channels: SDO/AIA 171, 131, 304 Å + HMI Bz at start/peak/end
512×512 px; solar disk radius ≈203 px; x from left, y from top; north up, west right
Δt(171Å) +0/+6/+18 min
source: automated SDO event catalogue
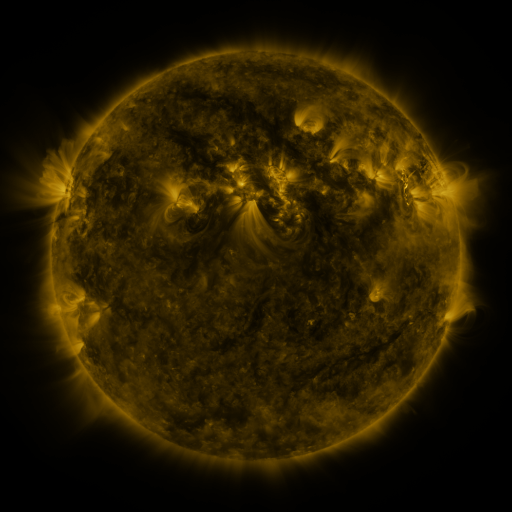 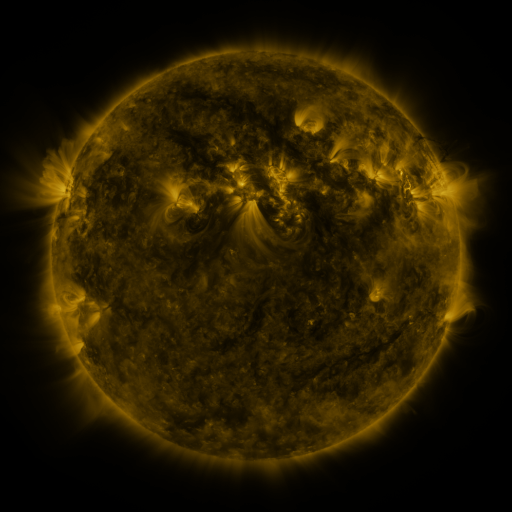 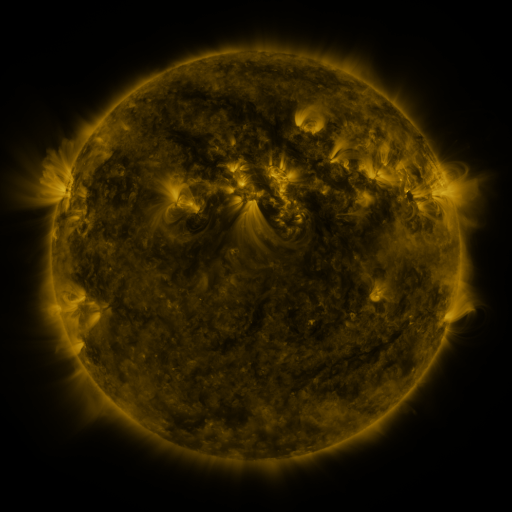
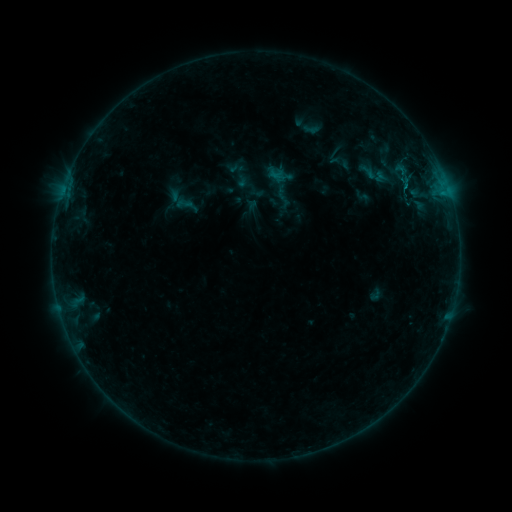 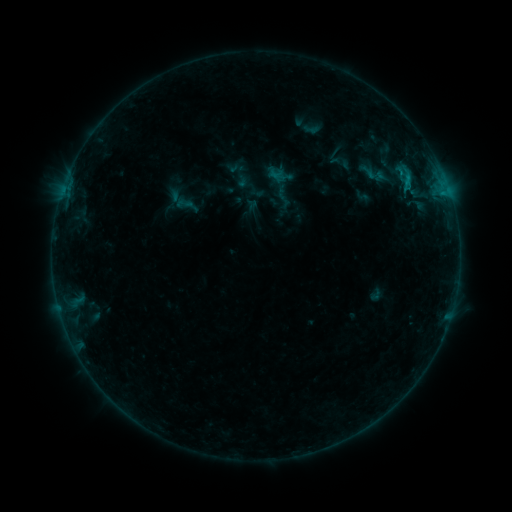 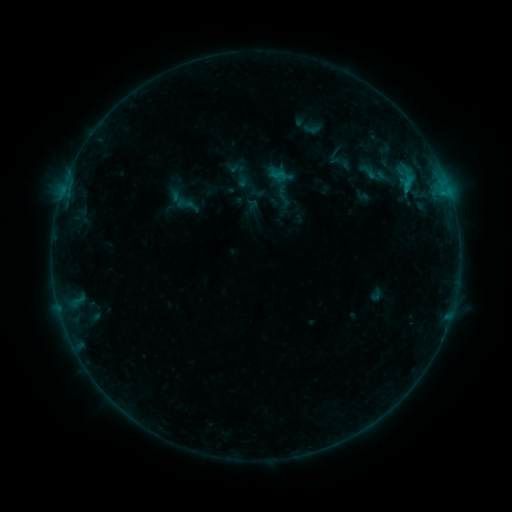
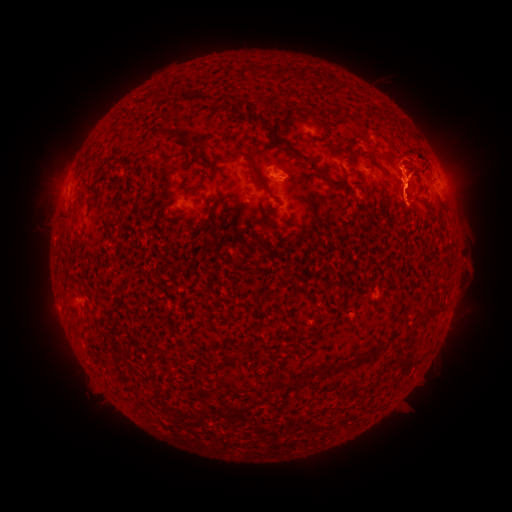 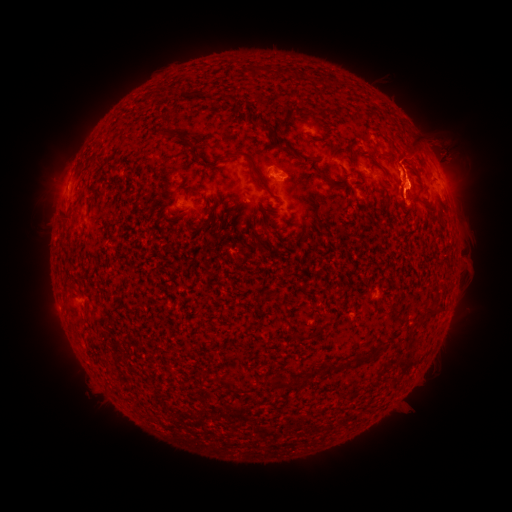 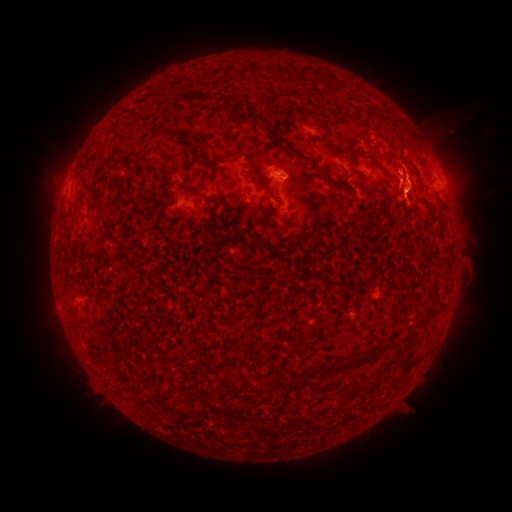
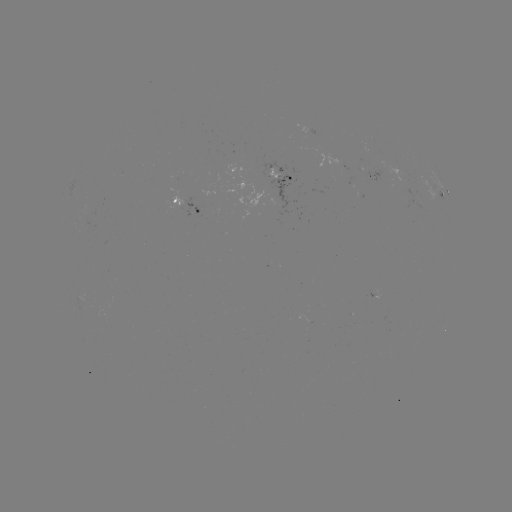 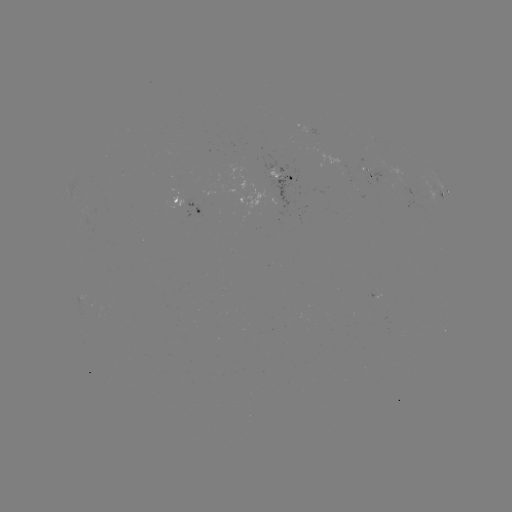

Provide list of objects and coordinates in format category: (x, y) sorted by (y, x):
B8.1 flare: (405, 183)
